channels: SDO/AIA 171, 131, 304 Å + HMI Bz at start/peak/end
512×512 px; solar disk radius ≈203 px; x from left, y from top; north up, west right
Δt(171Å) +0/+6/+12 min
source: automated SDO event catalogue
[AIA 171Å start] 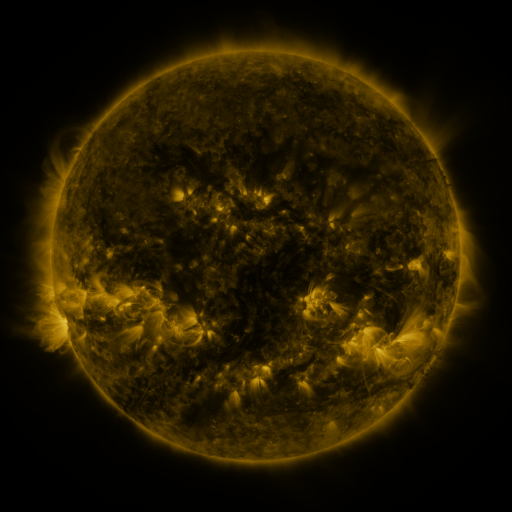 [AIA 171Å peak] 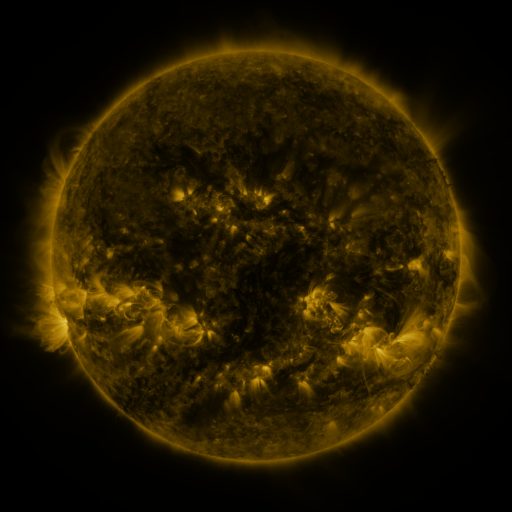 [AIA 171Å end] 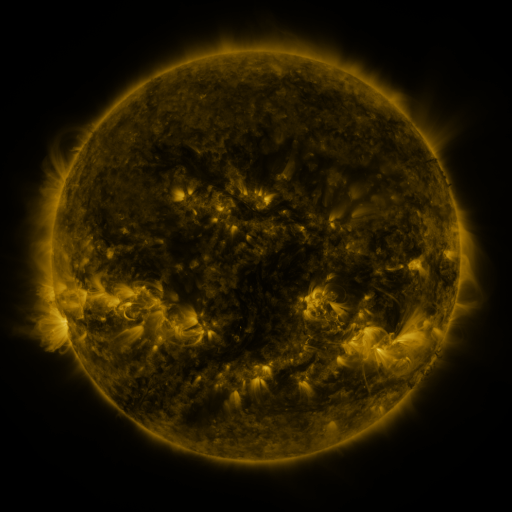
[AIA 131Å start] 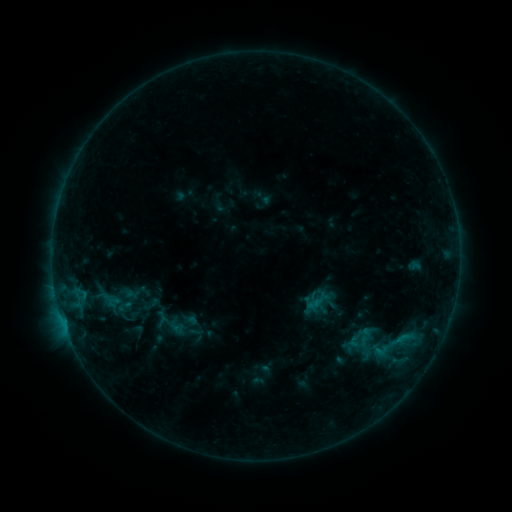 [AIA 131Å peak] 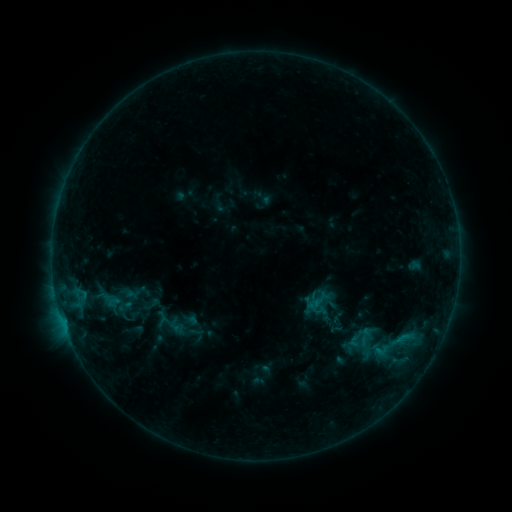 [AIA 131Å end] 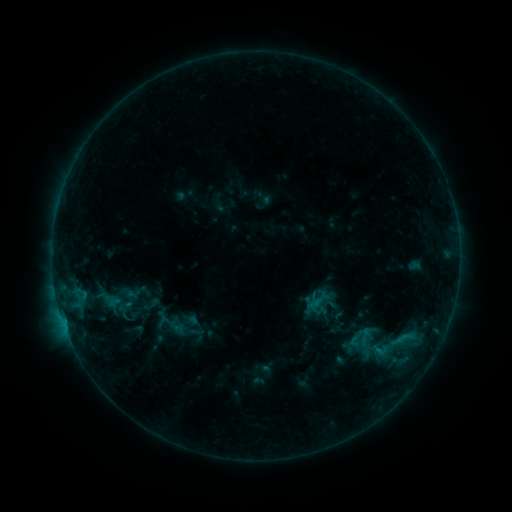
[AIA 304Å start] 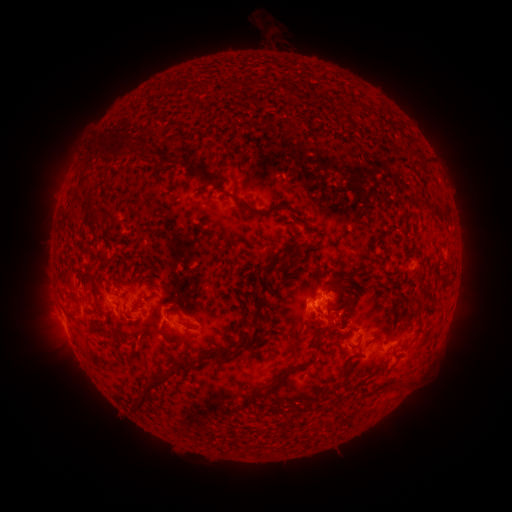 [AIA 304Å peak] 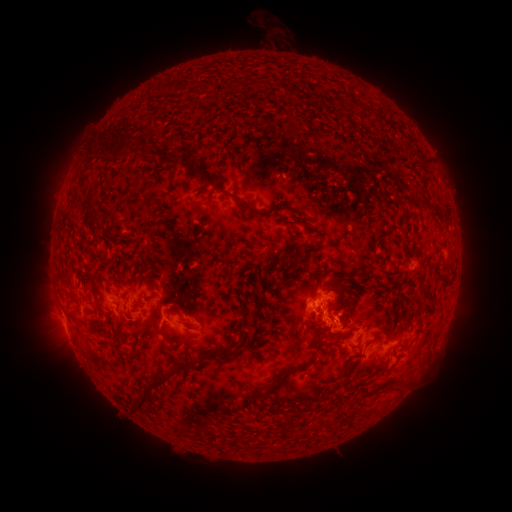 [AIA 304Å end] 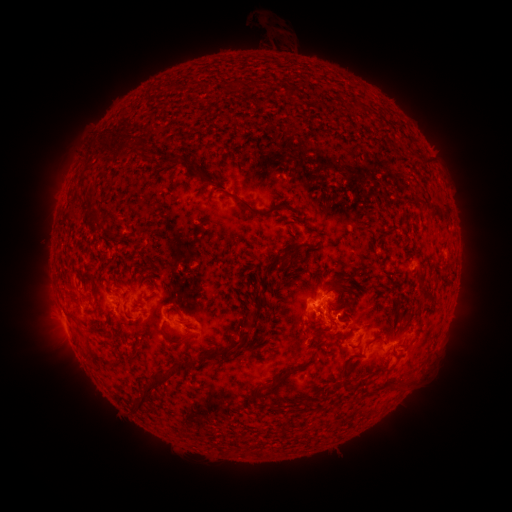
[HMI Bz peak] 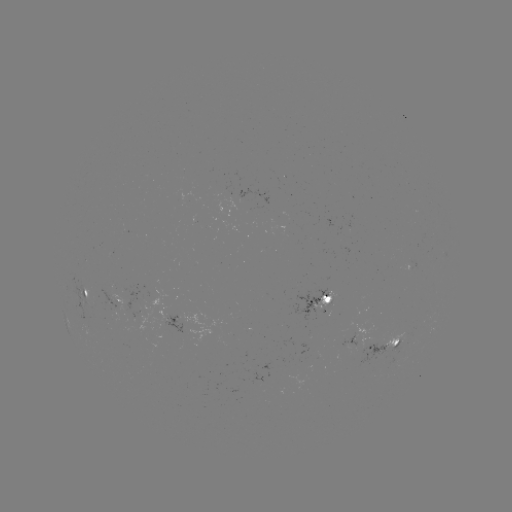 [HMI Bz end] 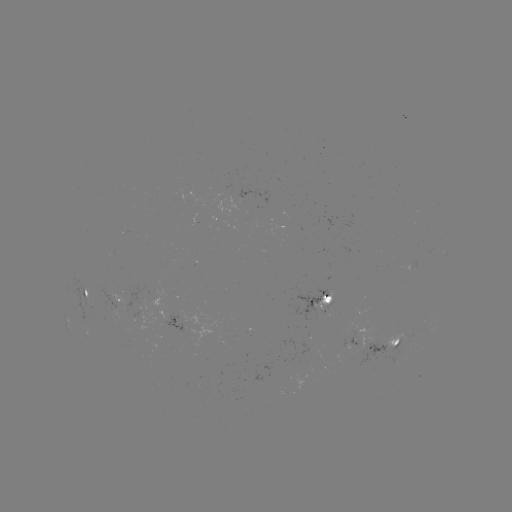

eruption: <bbox>314, 309, 356, 353</bbox>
